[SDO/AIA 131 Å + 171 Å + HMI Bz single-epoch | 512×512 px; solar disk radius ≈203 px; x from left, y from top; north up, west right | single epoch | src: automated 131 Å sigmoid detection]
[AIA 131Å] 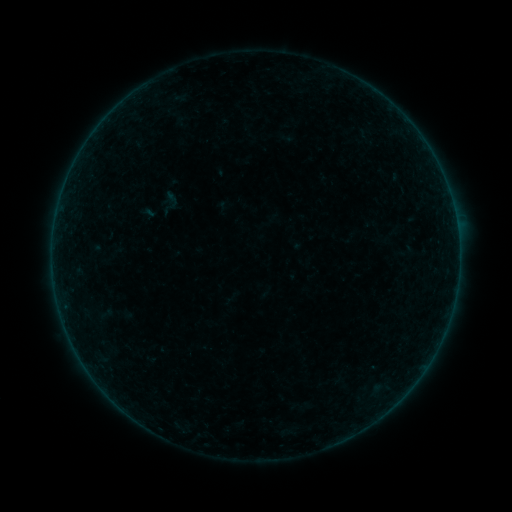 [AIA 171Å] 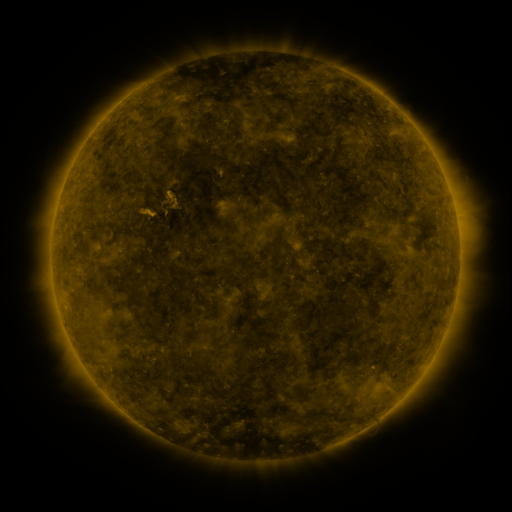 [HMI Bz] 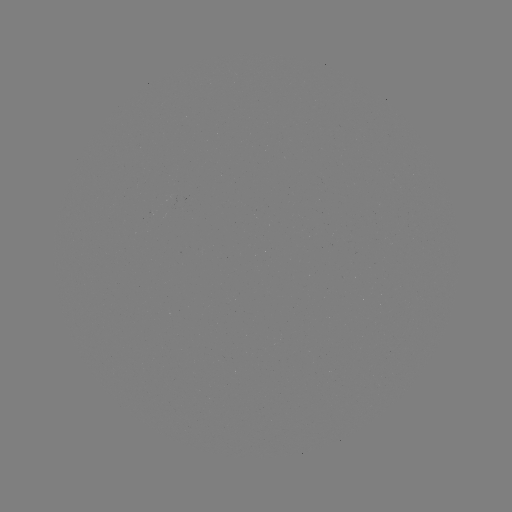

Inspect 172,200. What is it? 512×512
sigmoid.